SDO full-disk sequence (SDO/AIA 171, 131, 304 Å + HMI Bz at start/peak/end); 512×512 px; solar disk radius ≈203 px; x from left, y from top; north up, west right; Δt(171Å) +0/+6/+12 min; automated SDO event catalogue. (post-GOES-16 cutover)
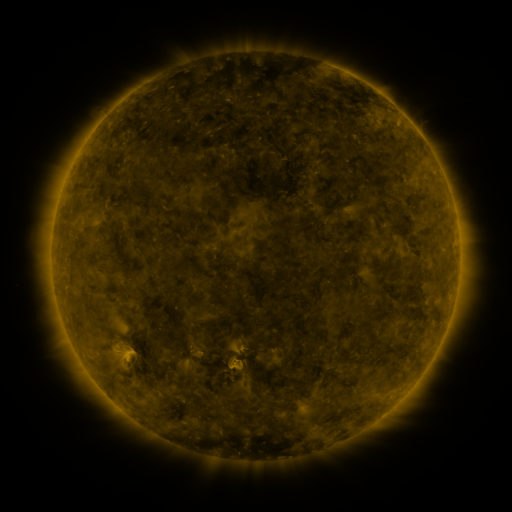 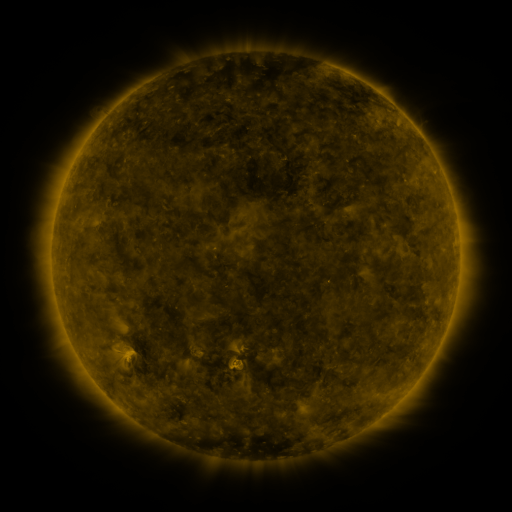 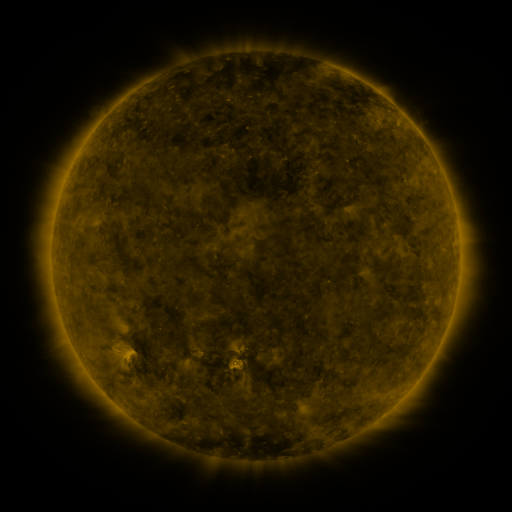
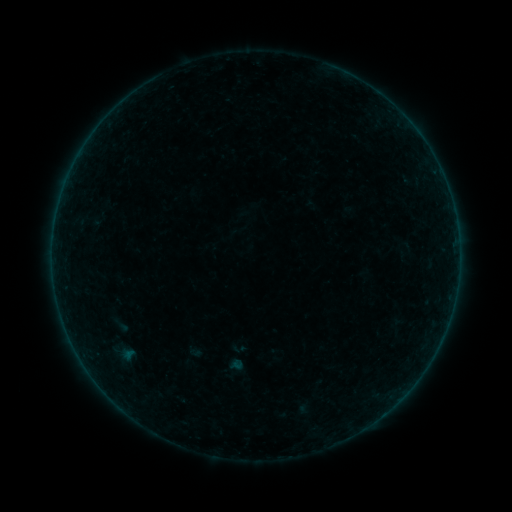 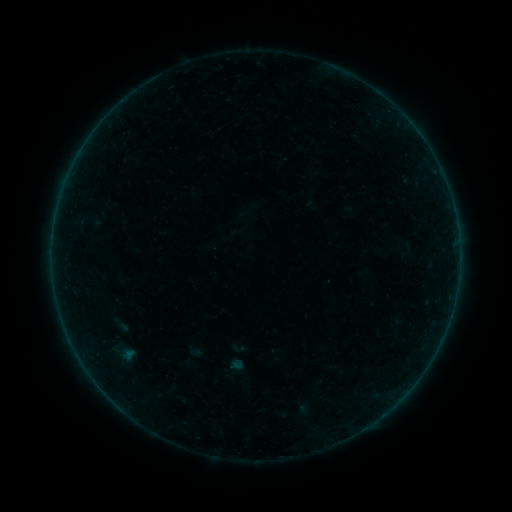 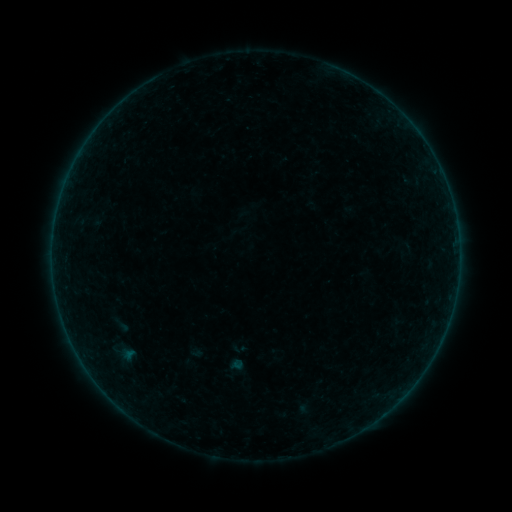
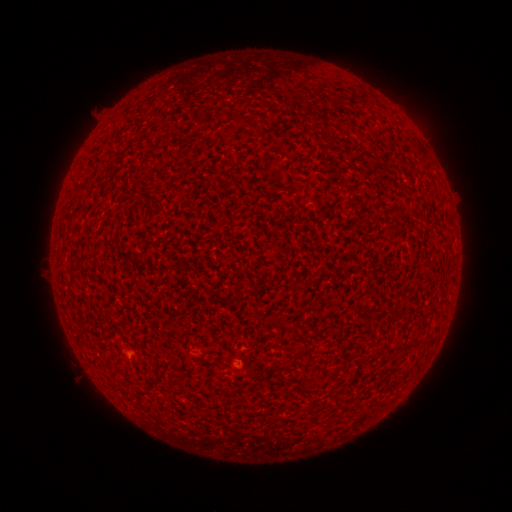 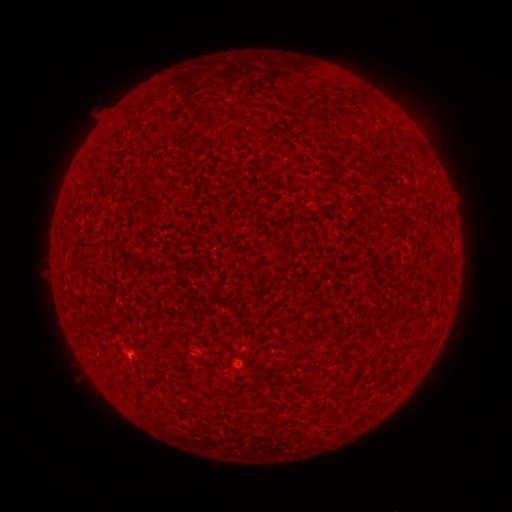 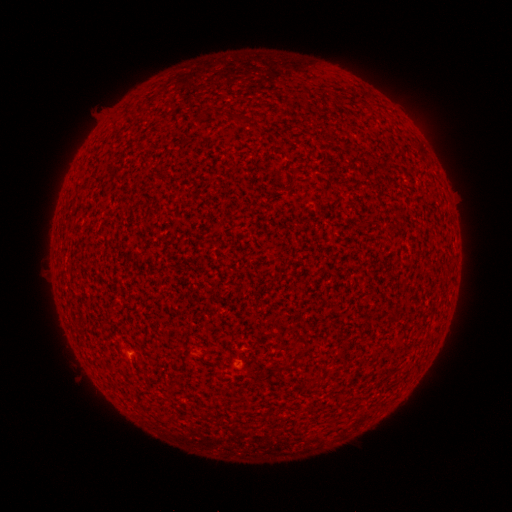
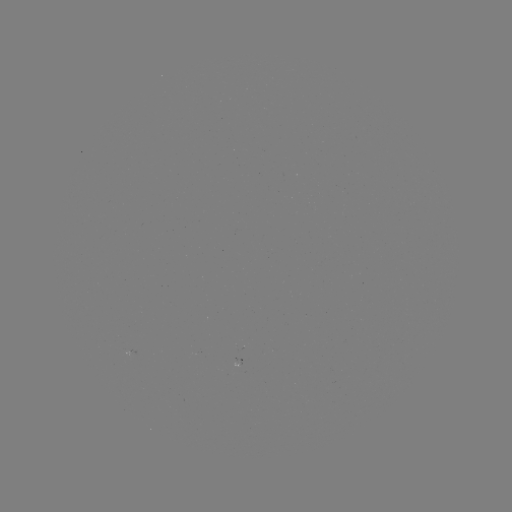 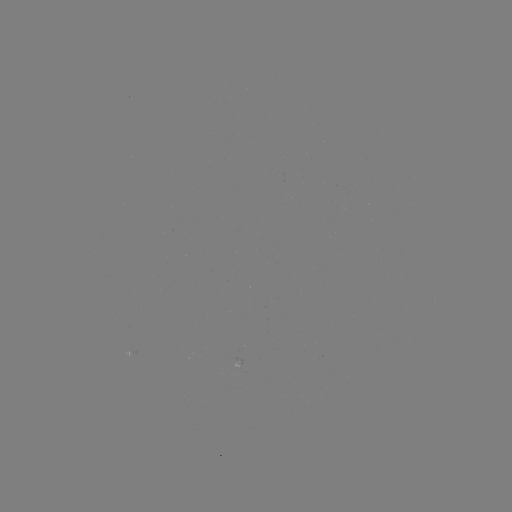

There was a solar flare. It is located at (131, 353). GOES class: A1.9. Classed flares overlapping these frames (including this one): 1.